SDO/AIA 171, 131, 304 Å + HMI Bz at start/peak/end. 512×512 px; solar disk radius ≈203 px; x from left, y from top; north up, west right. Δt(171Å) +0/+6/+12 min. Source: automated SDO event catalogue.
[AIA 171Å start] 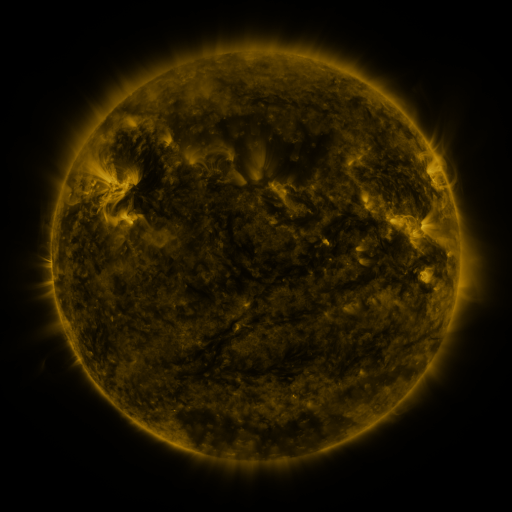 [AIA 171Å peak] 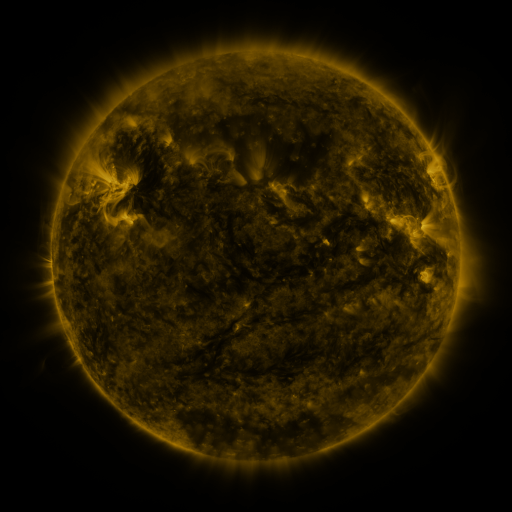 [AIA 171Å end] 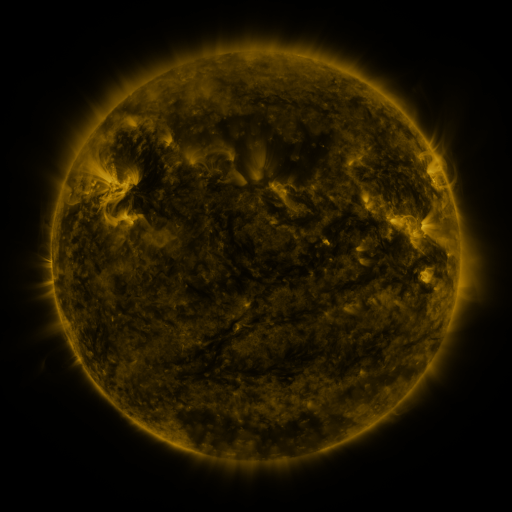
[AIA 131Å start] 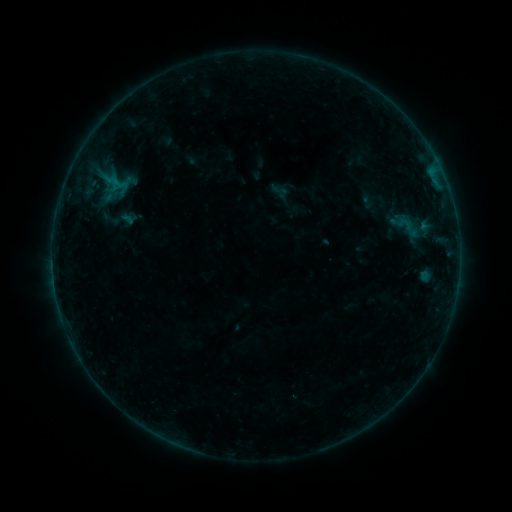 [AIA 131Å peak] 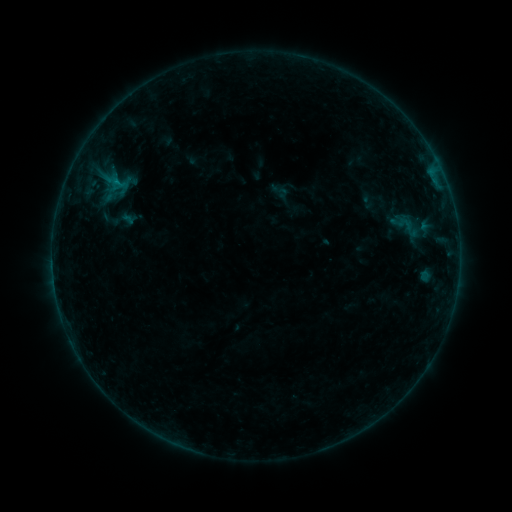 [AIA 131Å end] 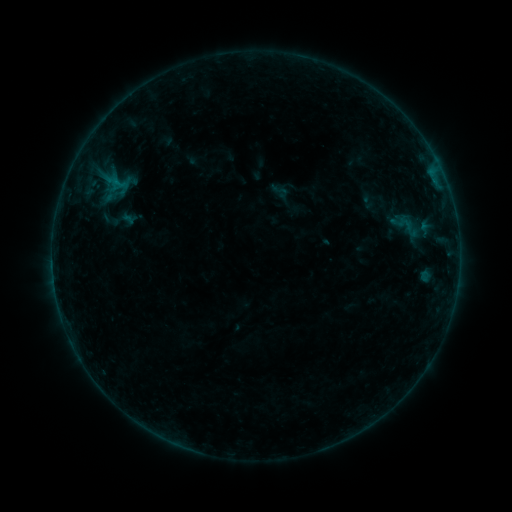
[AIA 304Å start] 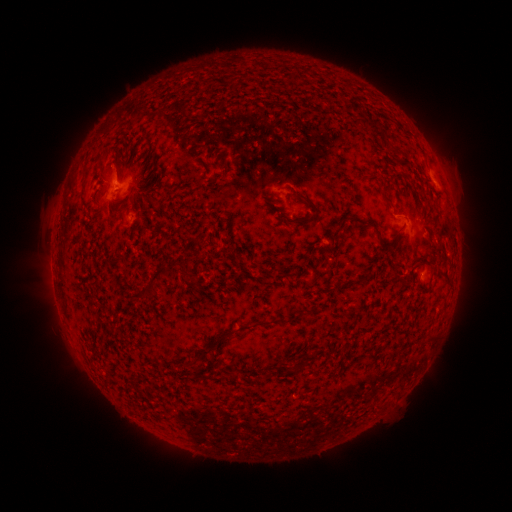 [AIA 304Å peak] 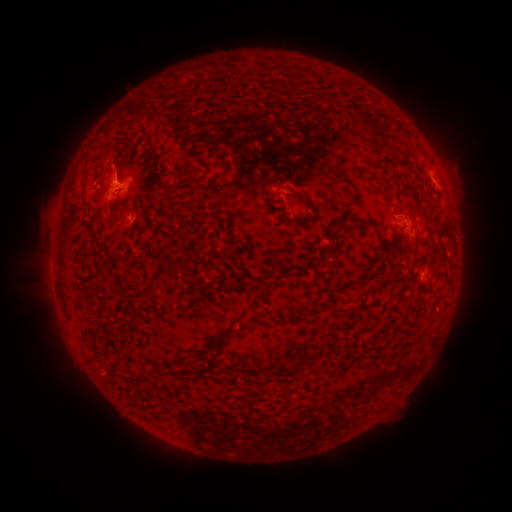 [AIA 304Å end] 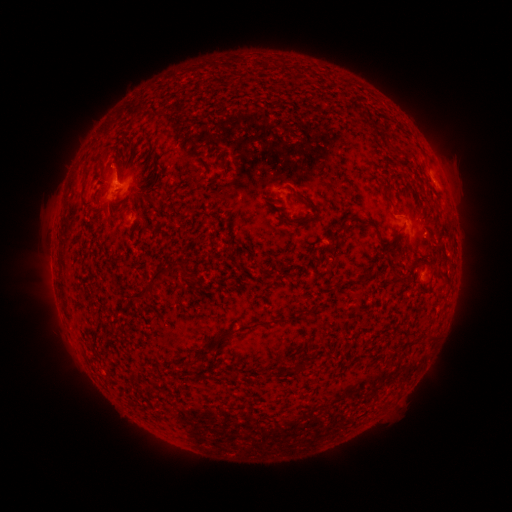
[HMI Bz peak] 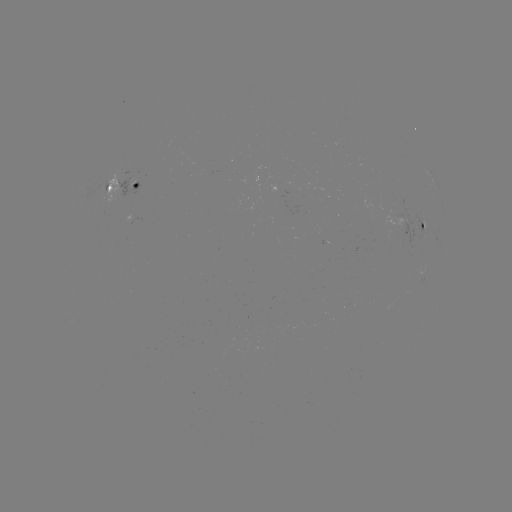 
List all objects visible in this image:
B2.1 flare: (117, 183)
